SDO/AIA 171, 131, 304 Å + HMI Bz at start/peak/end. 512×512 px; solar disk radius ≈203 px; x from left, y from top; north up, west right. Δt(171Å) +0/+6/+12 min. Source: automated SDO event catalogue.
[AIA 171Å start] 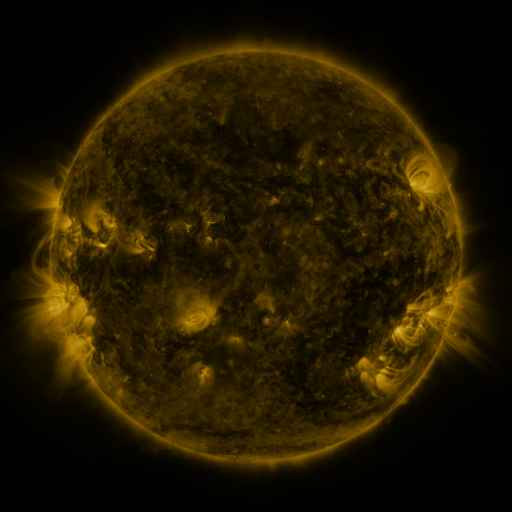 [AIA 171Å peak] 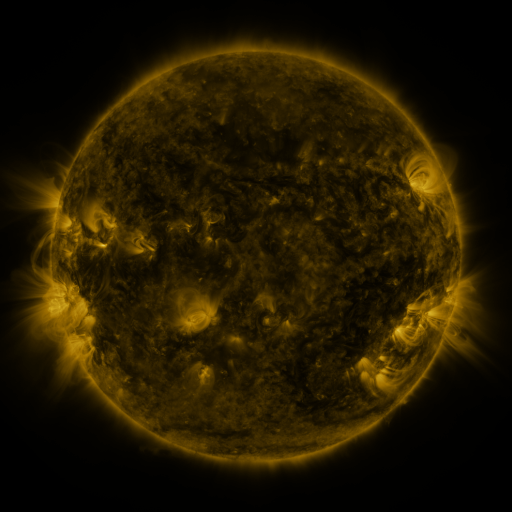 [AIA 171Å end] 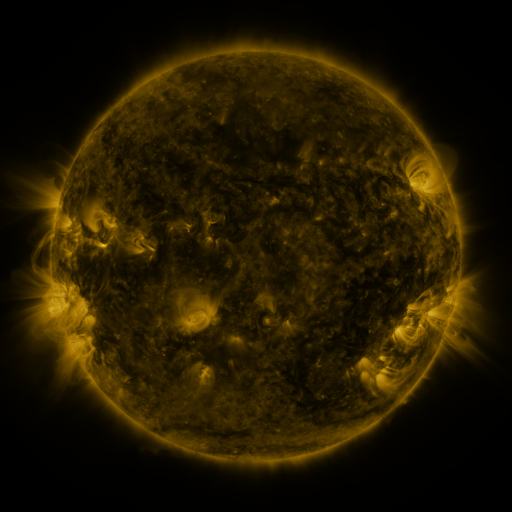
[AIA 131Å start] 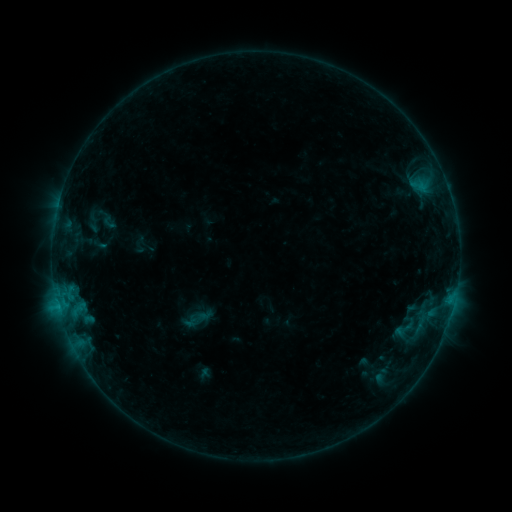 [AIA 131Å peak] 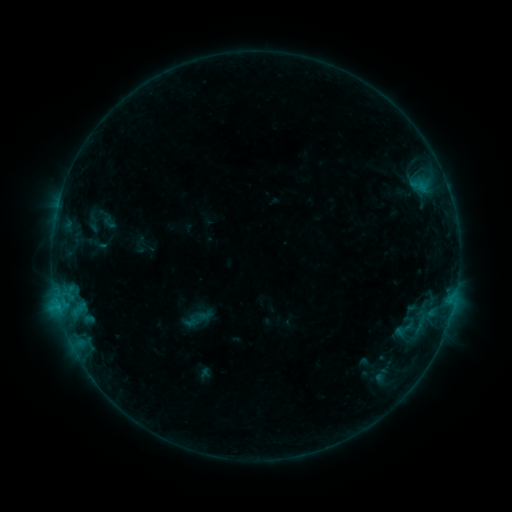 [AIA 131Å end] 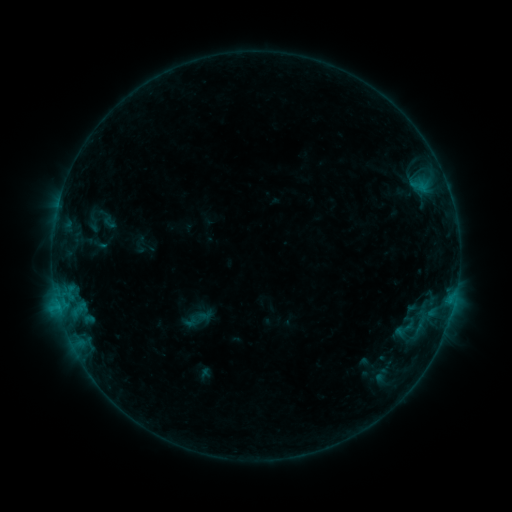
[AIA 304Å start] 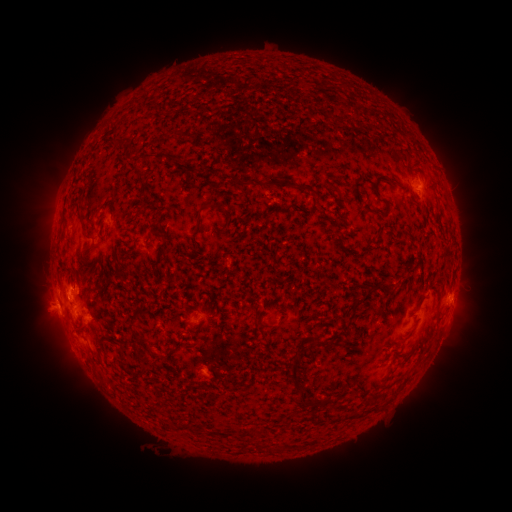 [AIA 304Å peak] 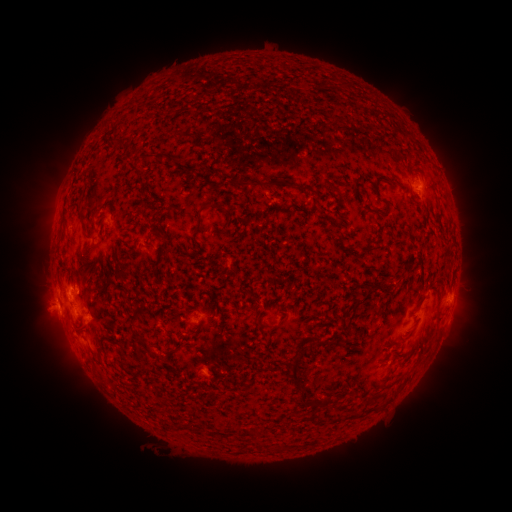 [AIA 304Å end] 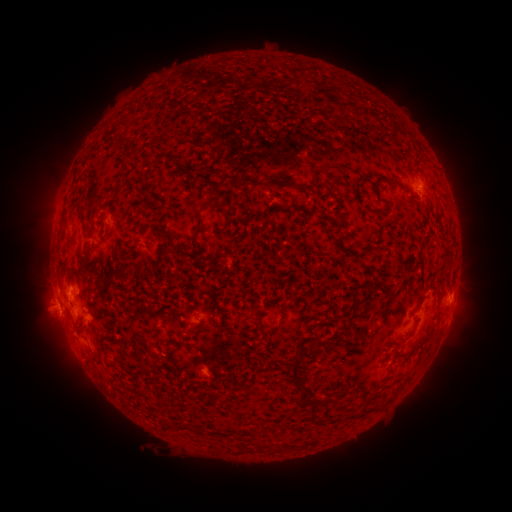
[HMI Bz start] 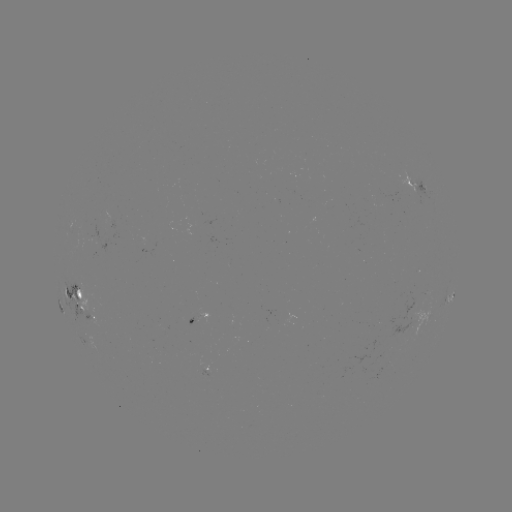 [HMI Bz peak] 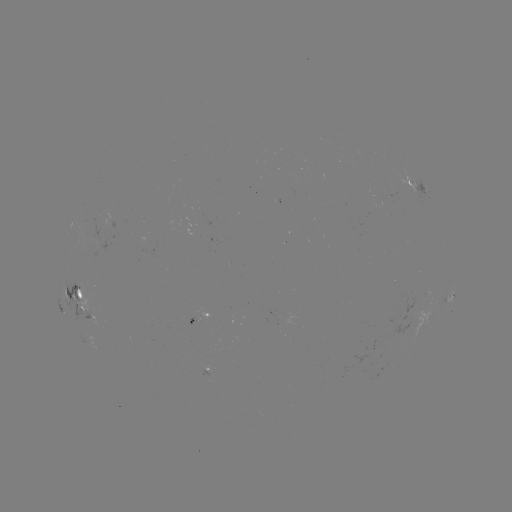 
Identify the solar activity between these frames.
no classed flare was catalogued and no EUV brightening was flagged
